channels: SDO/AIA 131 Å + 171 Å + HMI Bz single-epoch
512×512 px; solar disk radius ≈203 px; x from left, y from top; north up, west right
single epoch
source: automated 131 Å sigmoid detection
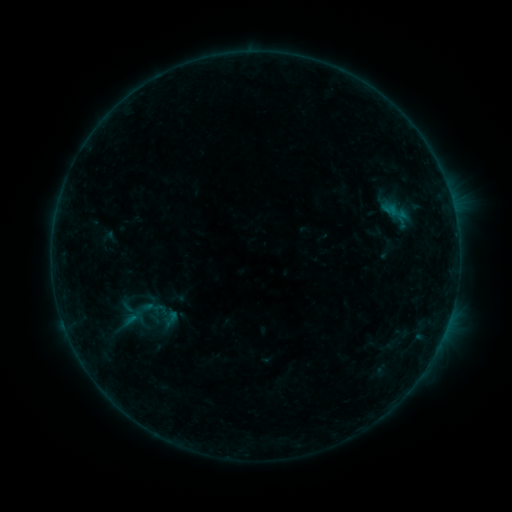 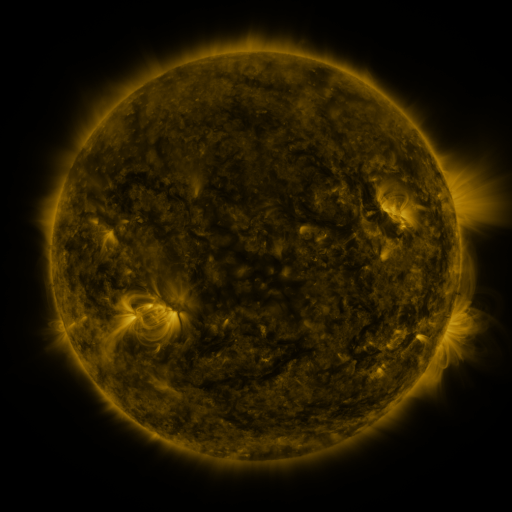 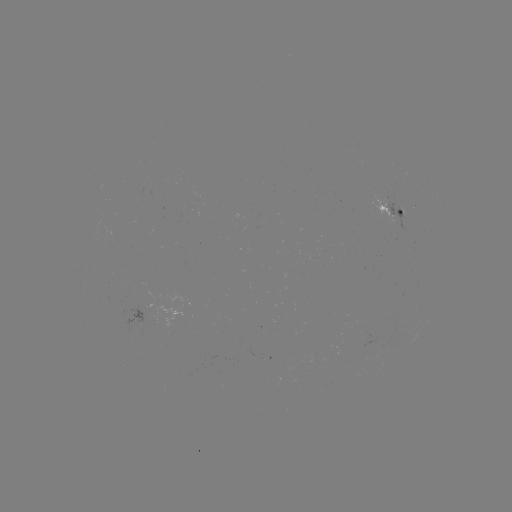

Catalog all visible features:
sigmoid: [161, 309, 182, 329]
